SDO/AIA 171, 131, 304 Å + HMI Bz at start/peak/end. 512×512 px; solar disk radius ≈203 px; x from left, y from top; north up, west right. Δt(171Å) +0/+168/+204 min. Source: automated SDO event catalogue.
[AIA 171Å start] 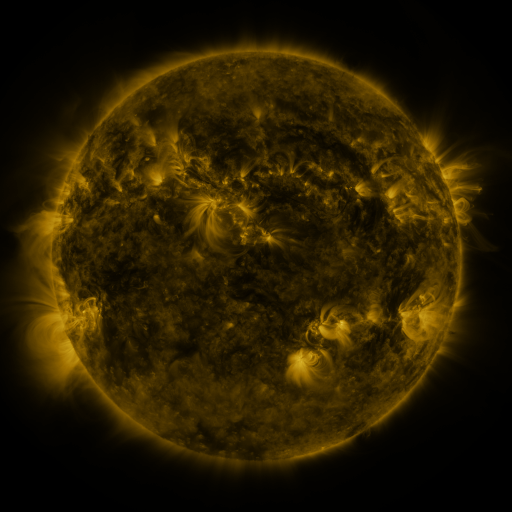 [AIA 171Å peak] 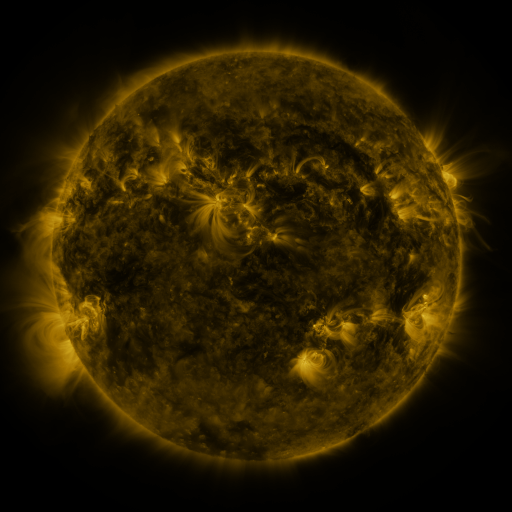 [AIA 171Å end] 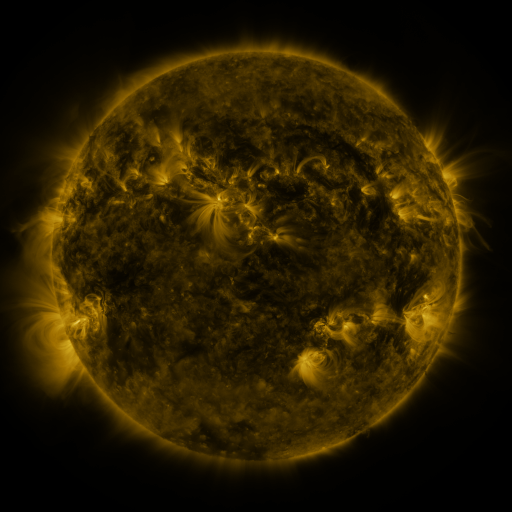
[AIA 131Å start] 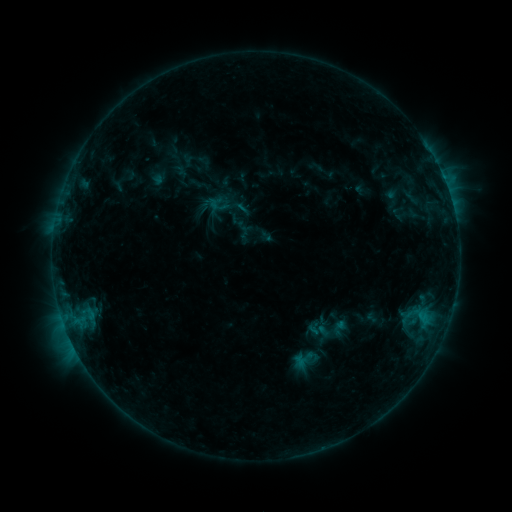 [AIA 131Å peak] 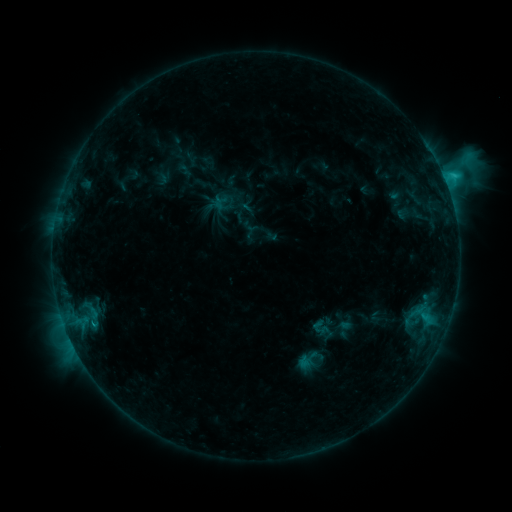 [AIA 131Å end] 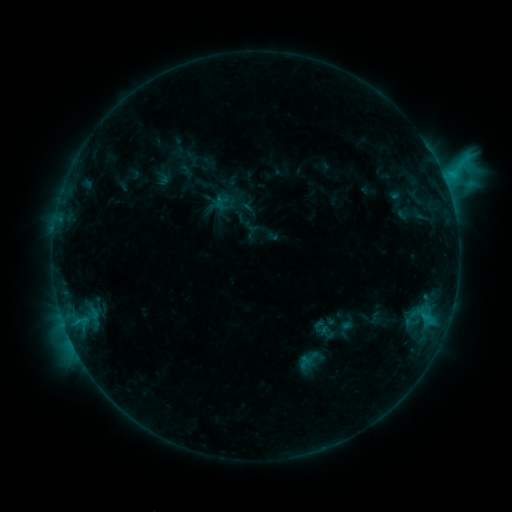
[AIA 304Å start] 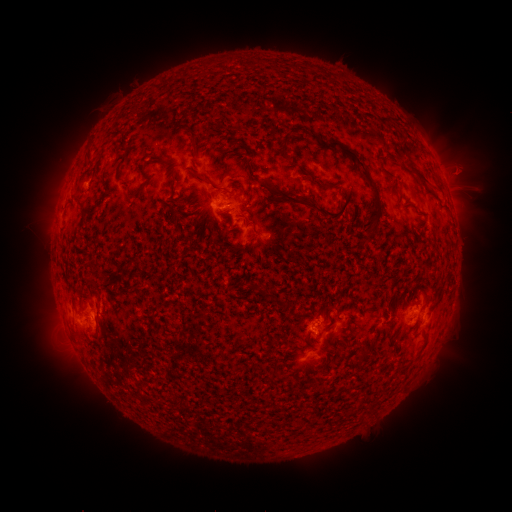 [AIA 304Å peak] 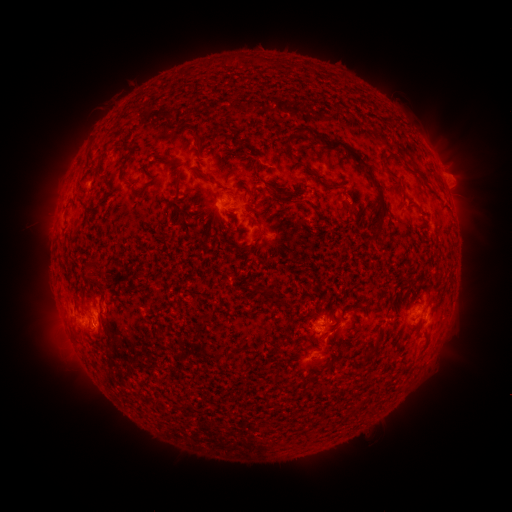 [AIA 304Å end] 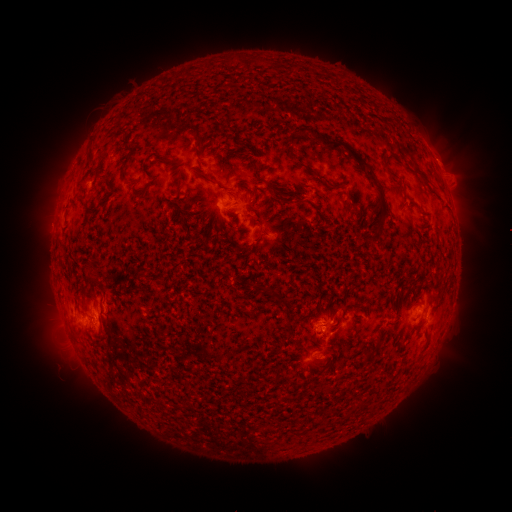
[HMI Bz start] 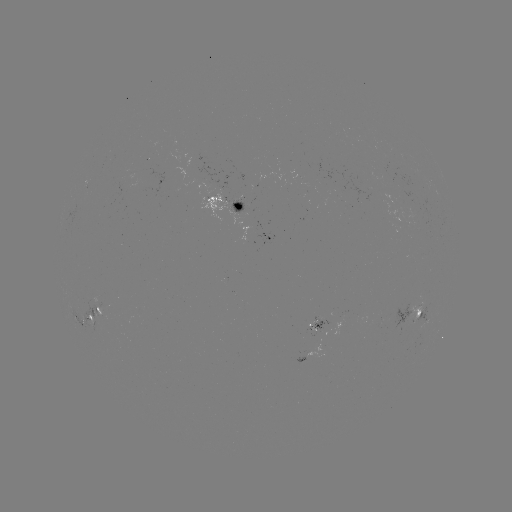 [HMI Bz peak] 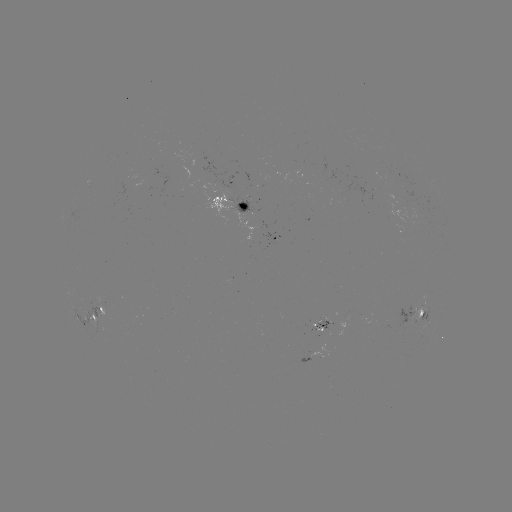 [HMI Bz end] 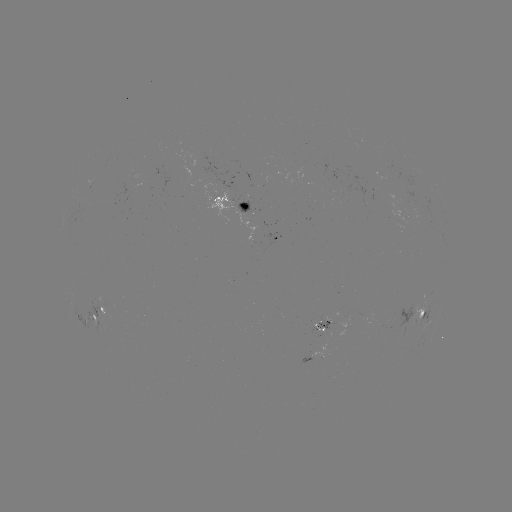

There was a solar emerging-flux region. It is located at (324, 327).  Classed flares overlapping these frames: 1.